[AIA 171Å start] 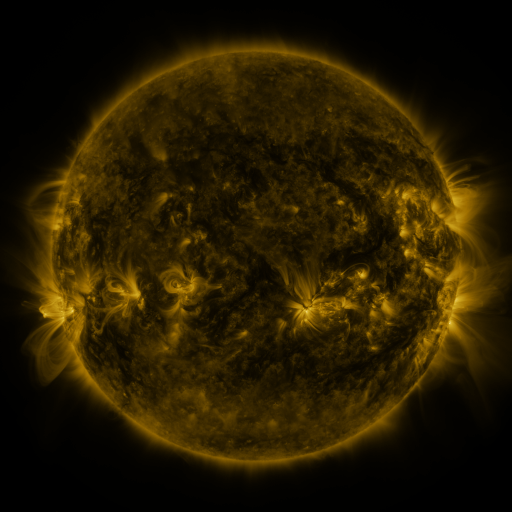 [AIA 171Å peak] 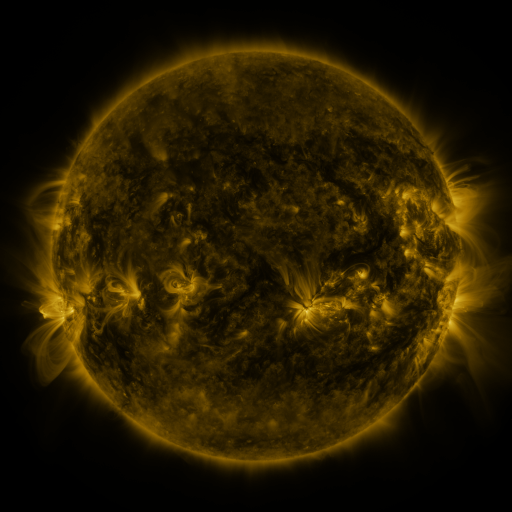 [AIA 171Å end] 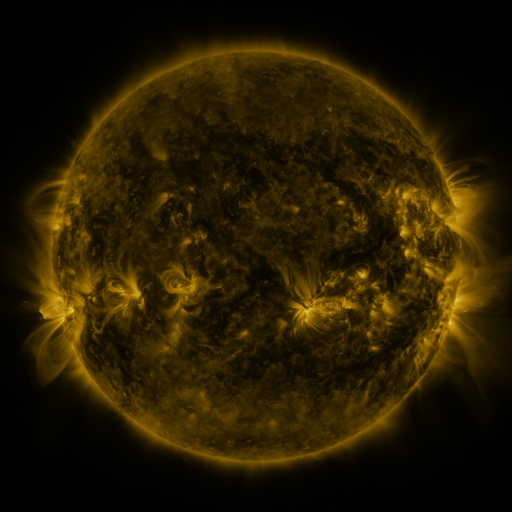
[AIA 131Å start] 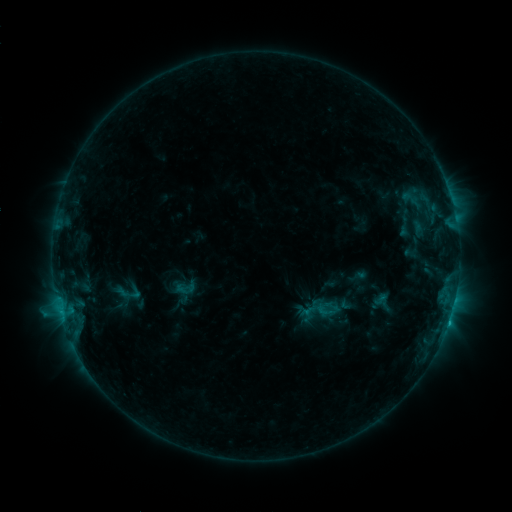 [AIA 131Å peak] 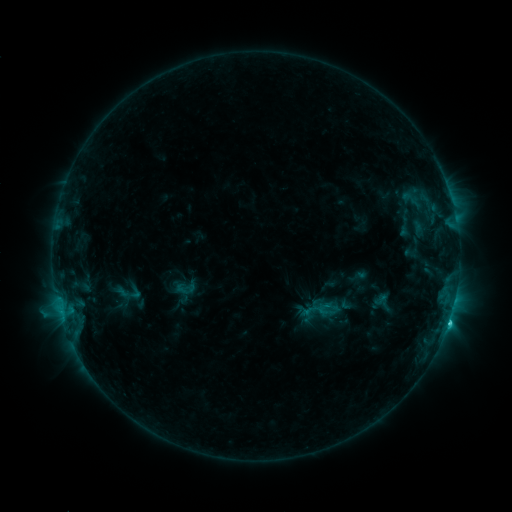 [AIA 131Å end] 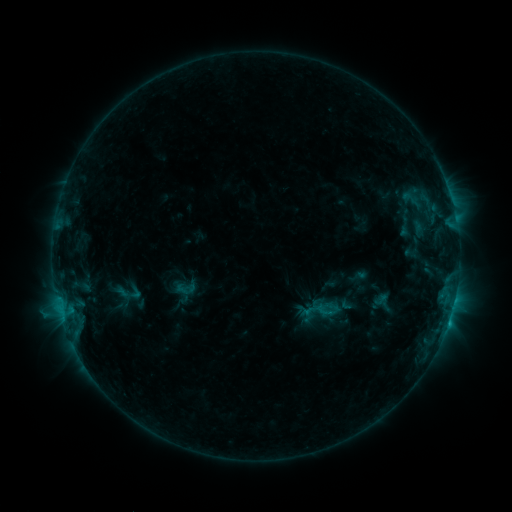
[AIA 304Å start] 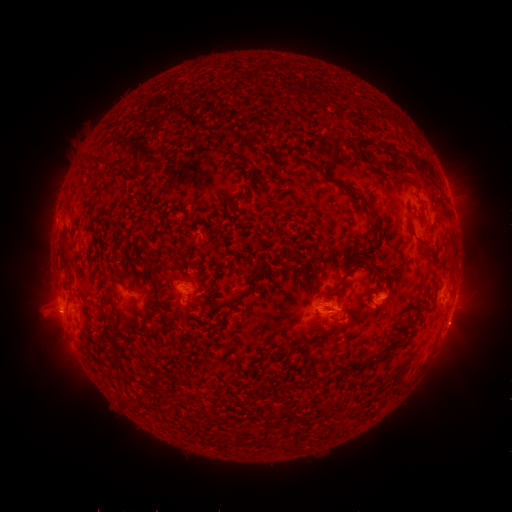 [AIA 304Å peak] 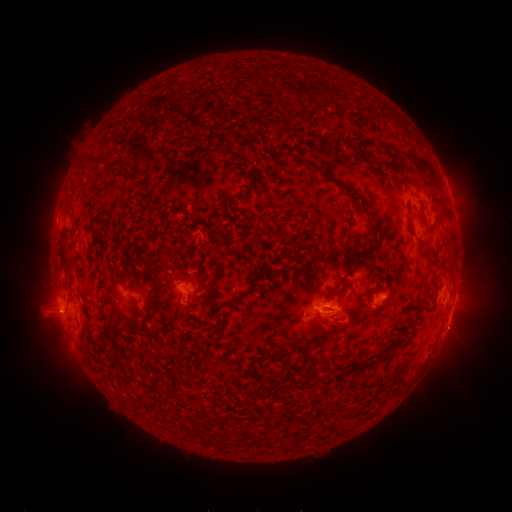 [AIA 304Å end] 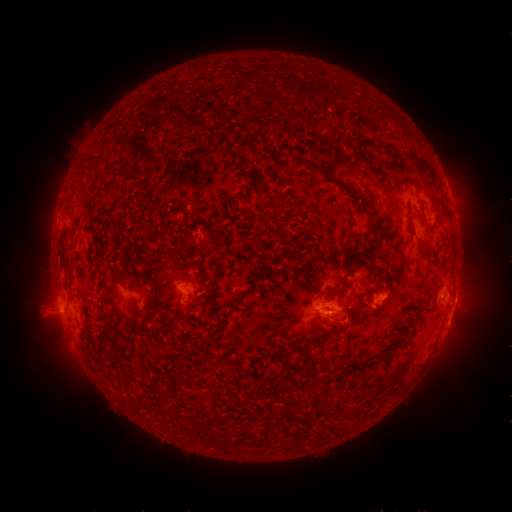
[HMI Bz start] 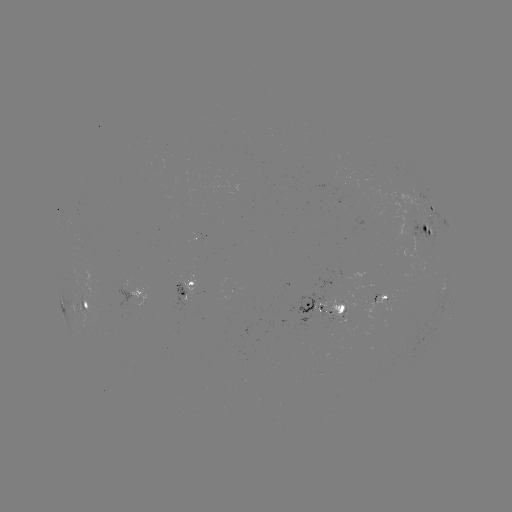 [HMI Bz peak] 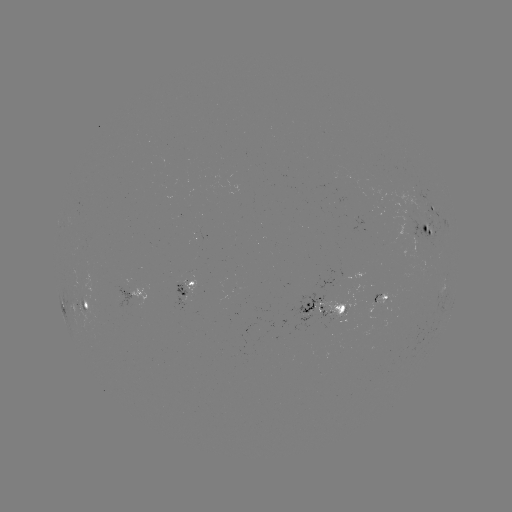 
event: flare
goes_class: C2.2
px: (448, 322)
